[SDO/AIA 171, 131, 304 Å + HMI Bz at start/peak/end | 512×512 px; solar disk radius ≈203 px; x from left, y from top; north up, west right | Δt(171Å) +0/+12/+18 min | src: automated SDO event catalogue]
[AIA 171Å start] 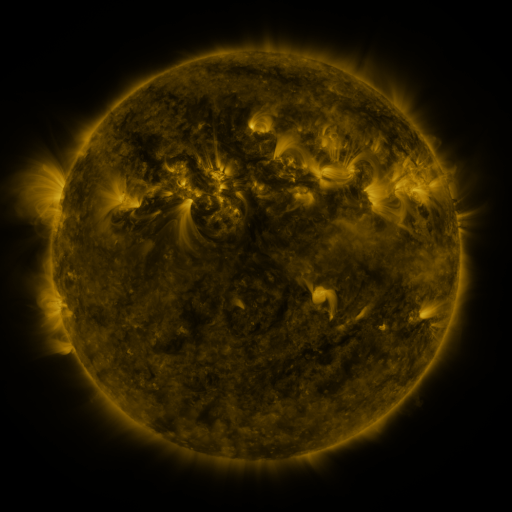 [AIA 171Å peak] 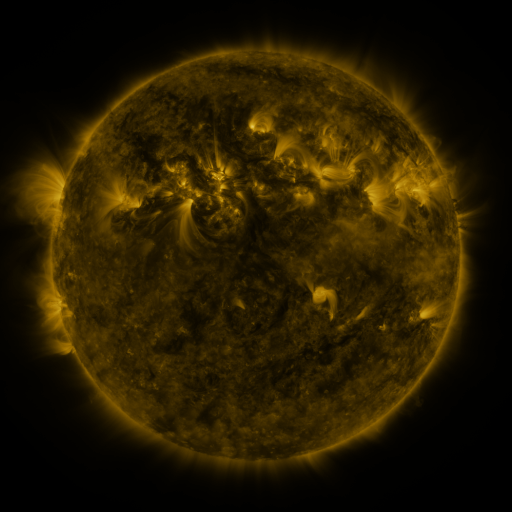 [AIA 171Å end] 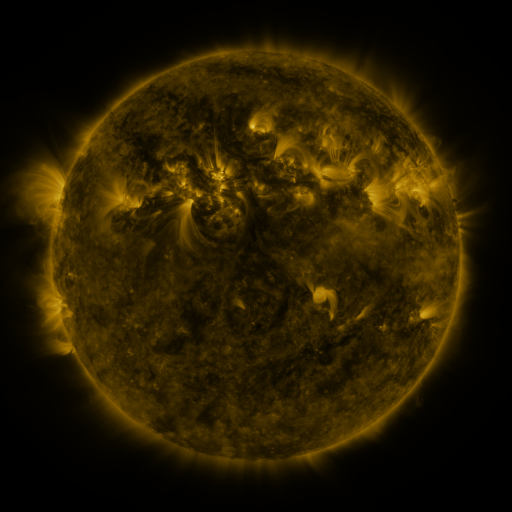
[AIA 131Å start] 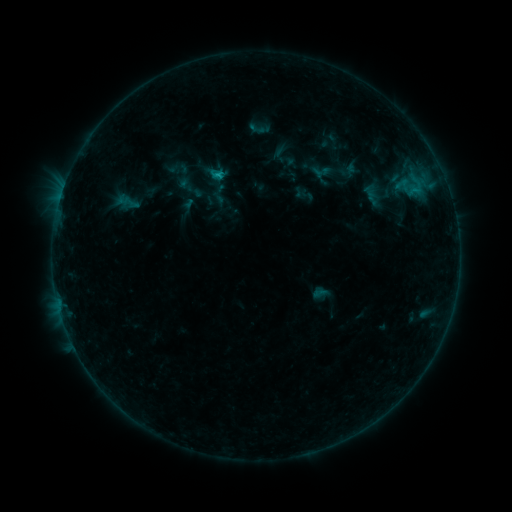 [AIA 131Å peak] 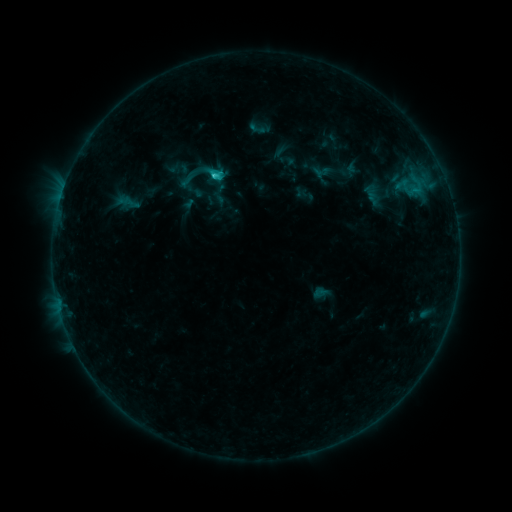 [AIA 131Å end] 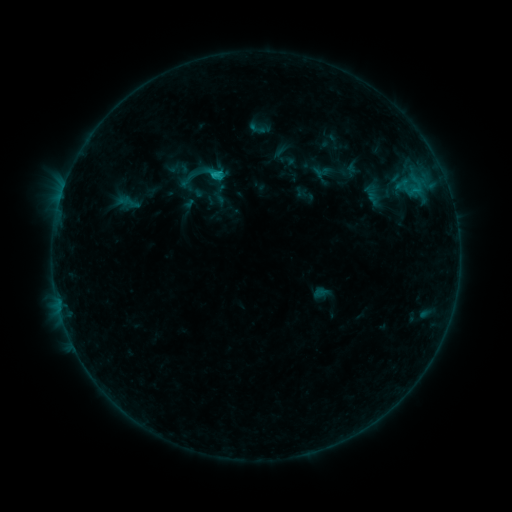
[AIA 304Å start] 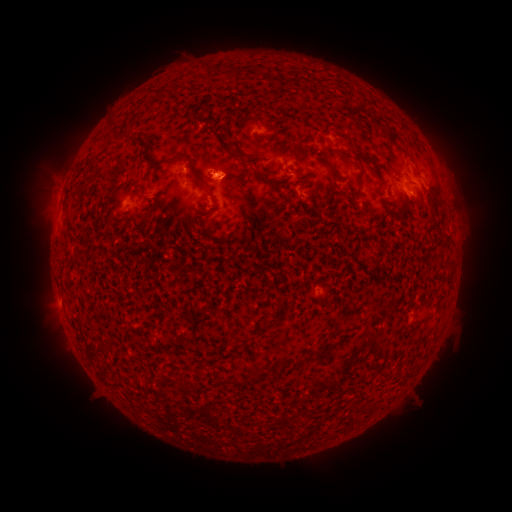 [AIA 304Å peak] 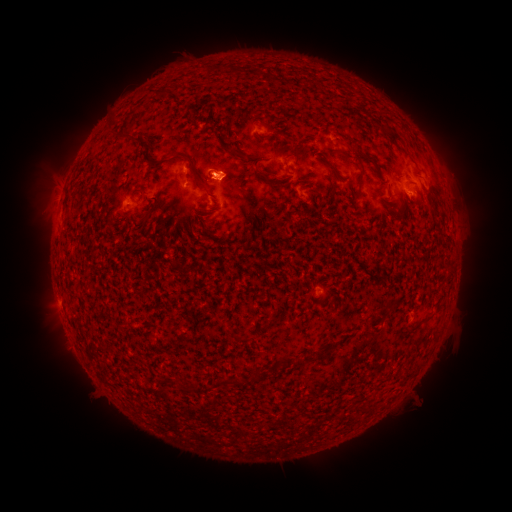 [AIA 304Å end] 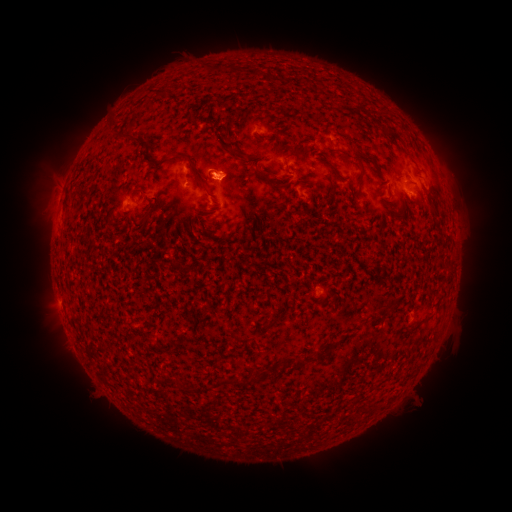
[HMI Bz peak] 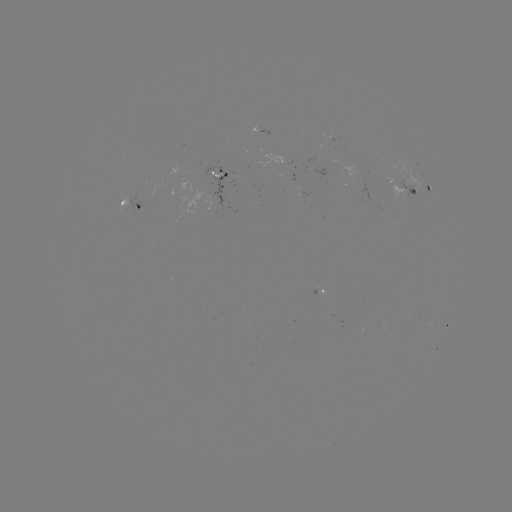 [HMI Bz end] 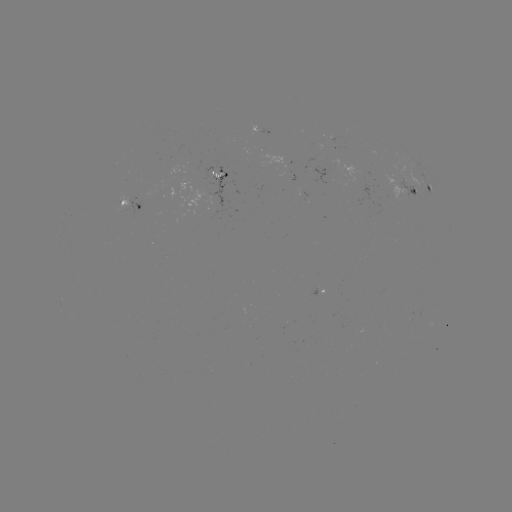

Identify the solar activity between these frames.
C1.5 flare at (219, 175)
